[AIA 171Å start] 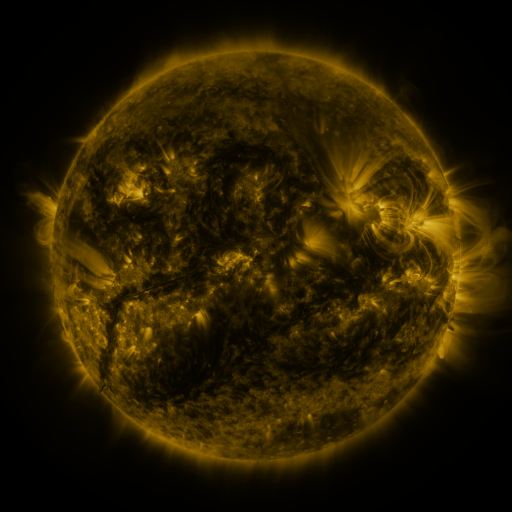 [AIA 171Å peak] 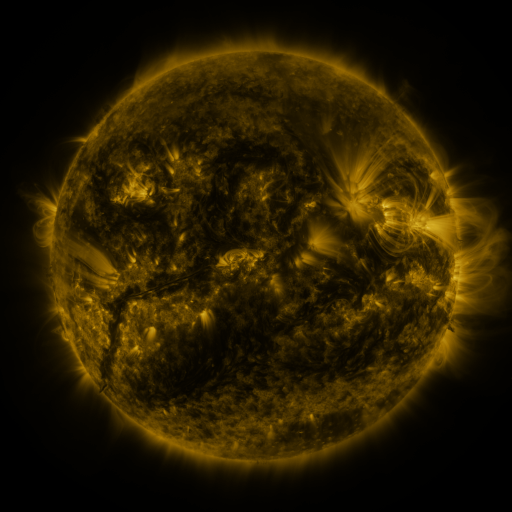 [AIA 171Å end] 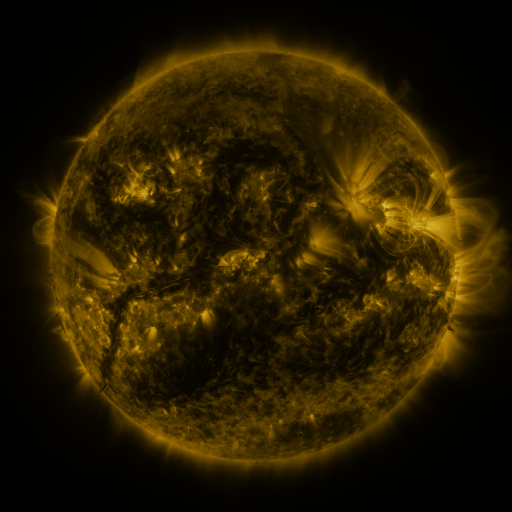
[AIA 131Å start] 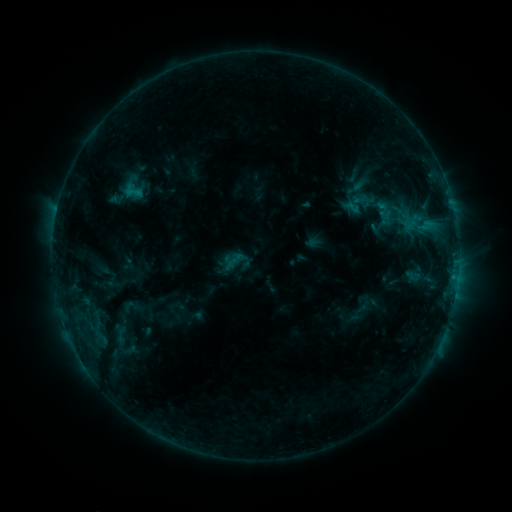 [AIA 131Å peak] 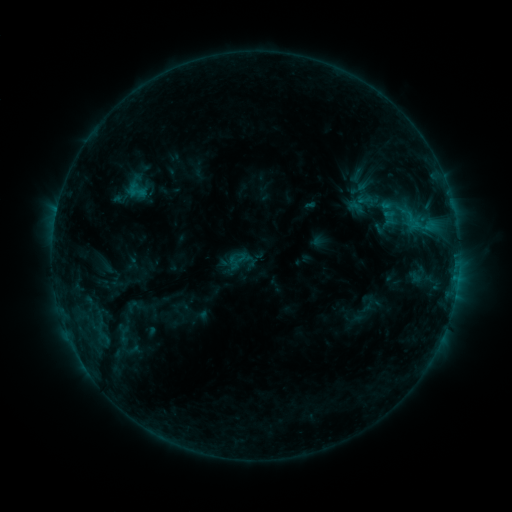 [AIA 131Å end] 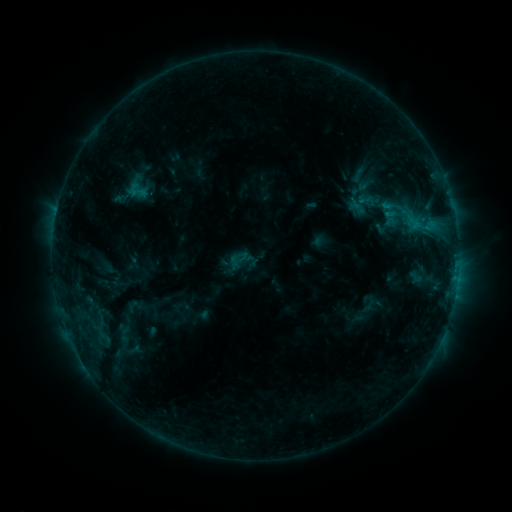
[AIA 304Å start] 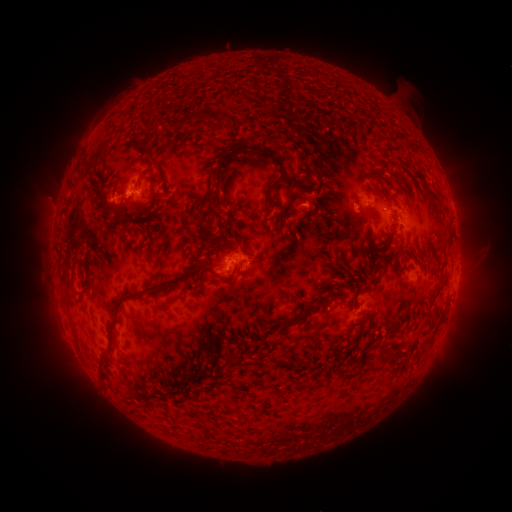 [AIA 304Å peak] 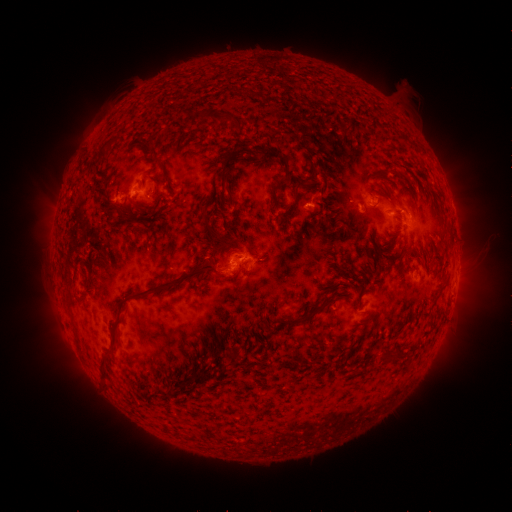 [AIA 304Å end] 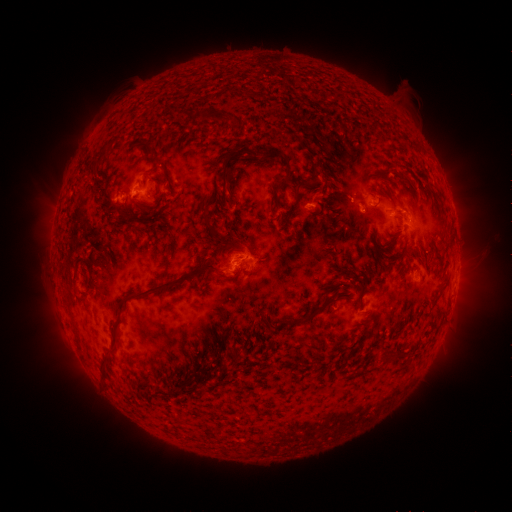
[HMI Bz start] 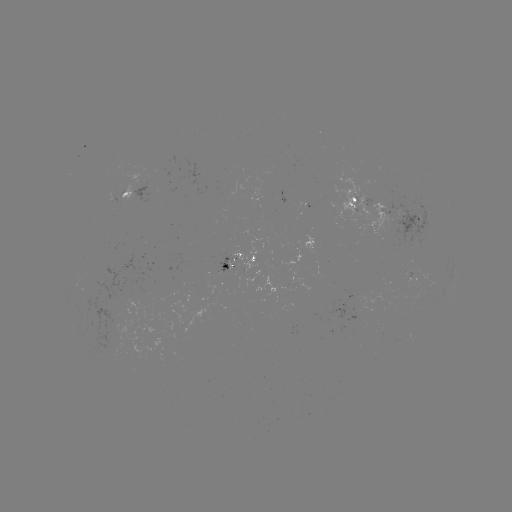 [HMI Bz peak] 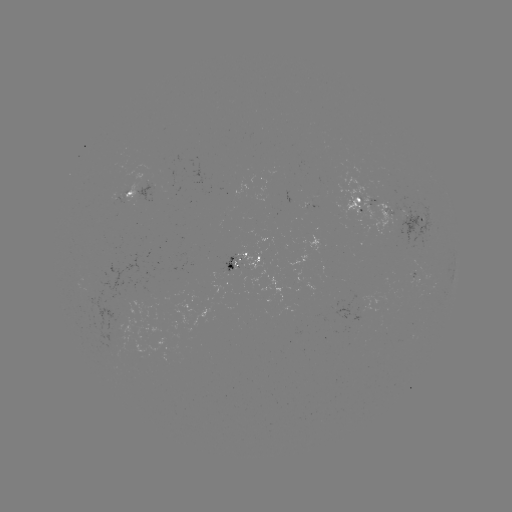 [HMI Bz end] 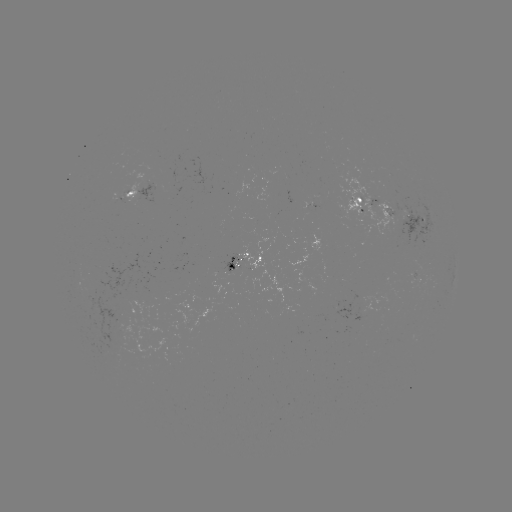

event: emerging-flux region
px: (229, 270)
